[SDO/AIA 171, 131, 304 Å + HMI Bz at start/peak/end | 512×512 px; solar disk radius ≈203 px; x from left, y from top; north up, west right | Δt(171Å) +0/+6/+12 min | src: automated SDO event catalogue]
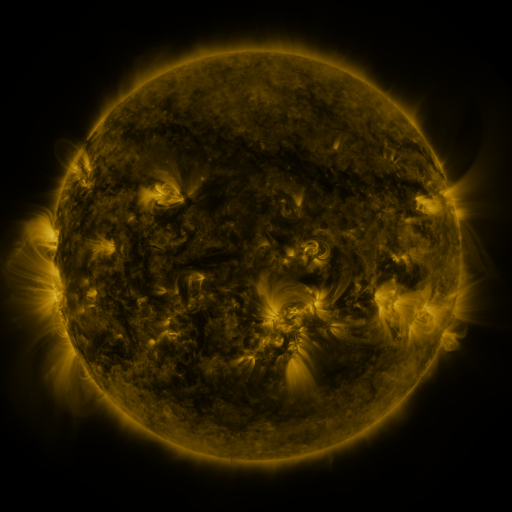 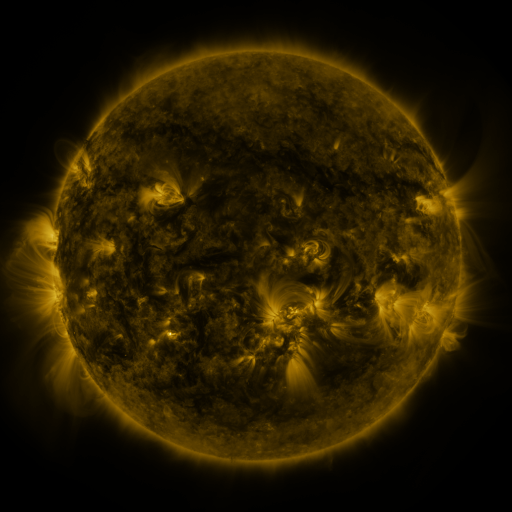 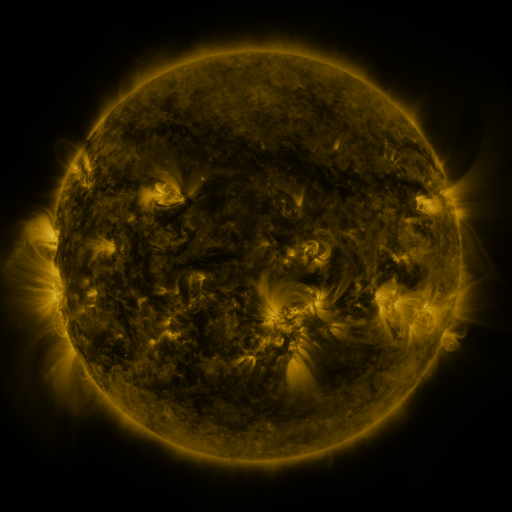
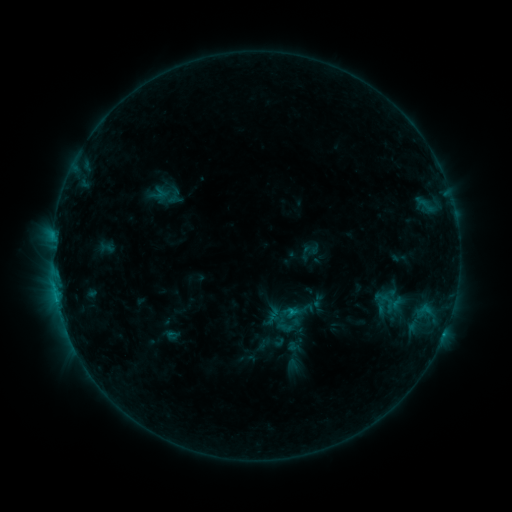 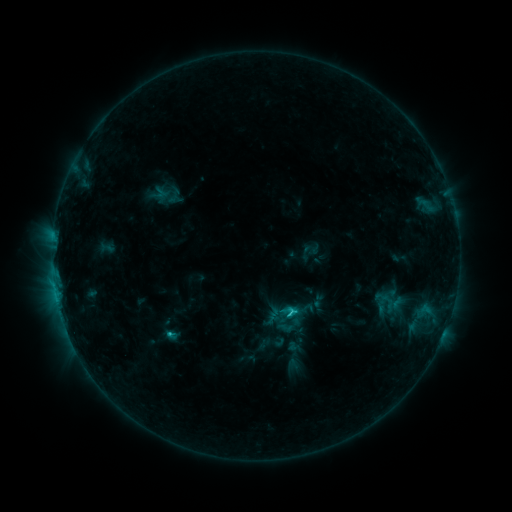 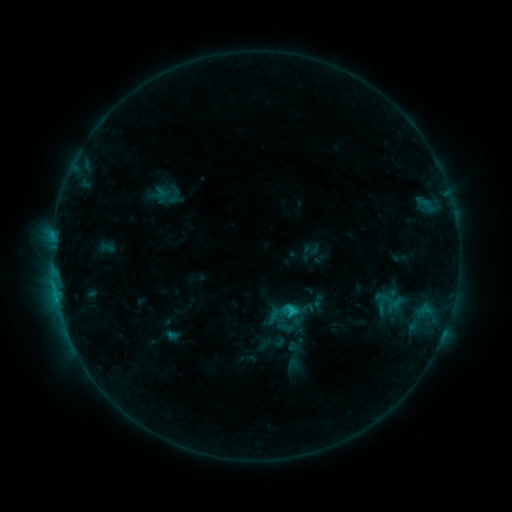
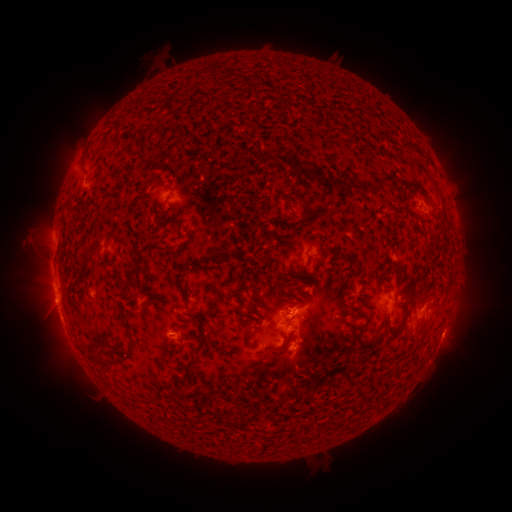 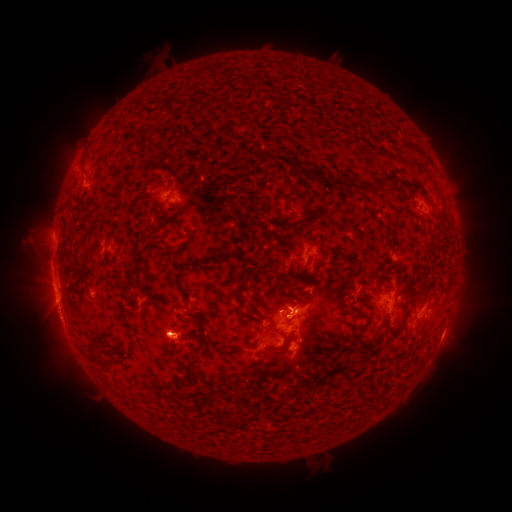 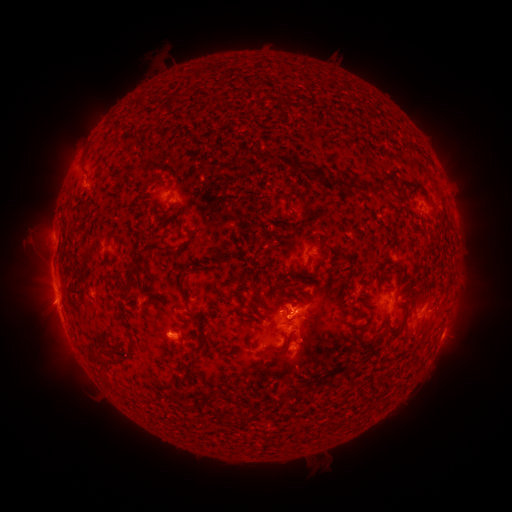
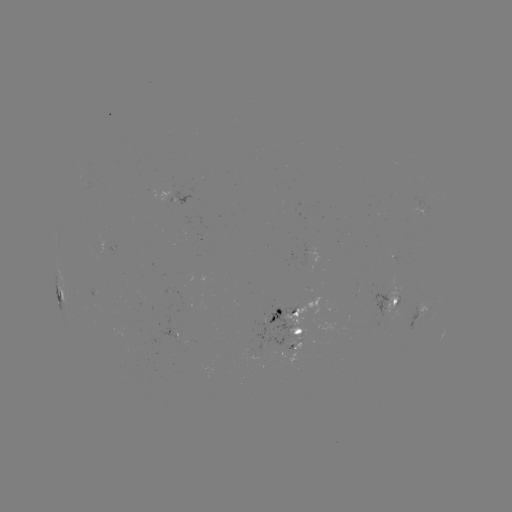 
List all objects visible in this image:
C1.7 flare: (287, 312)
